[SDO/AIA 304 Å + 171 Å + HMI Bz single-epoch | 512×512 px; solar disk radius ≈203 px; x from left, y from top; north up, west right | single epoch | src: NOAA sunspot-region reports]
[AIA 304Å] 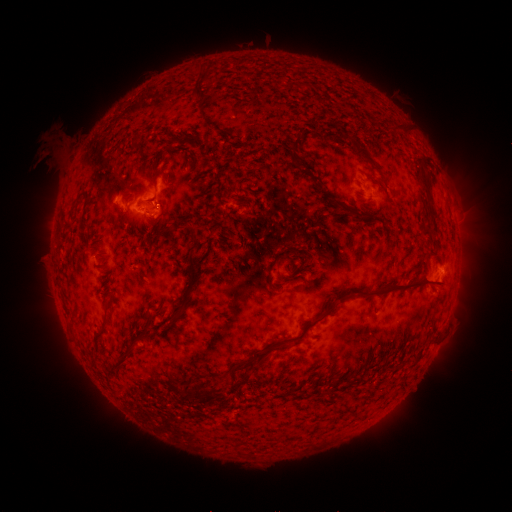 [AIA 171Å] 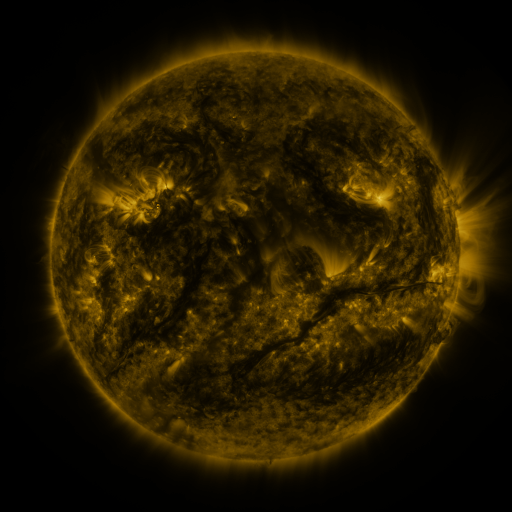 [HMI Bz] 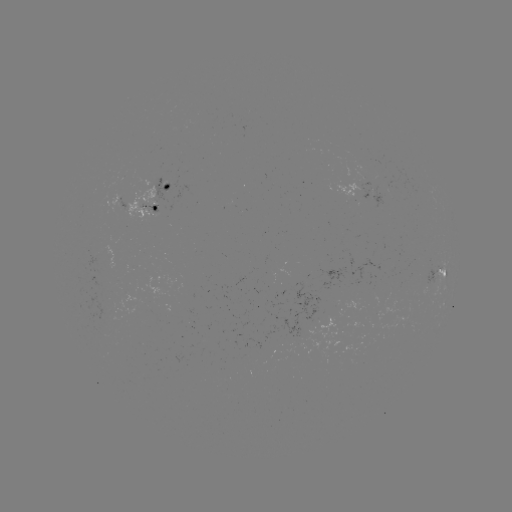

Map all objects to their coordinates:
spotted active region: (367, 191)
spotted active region: (152, 197)
spotted active region: (440, 271)
